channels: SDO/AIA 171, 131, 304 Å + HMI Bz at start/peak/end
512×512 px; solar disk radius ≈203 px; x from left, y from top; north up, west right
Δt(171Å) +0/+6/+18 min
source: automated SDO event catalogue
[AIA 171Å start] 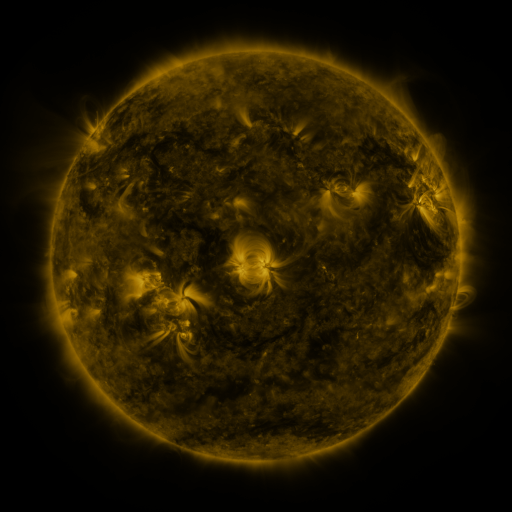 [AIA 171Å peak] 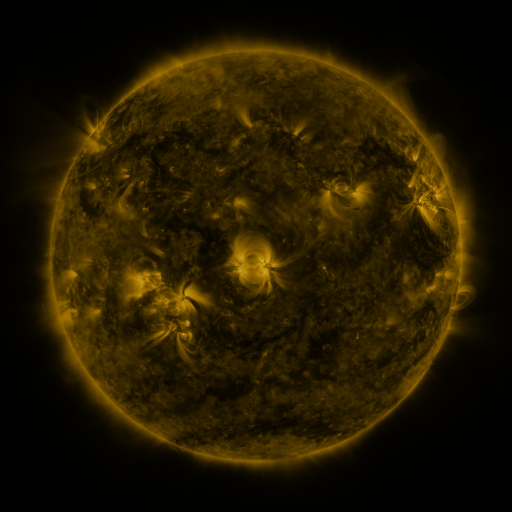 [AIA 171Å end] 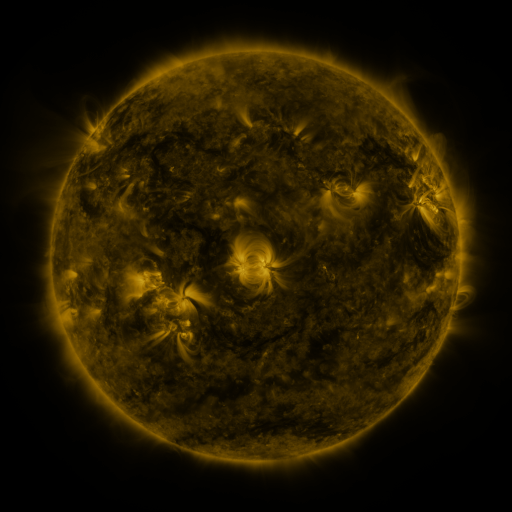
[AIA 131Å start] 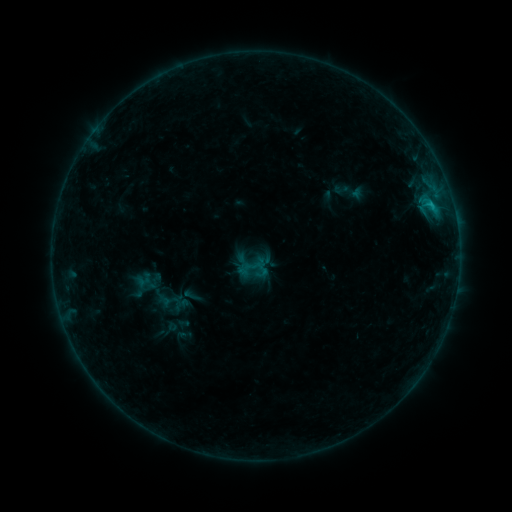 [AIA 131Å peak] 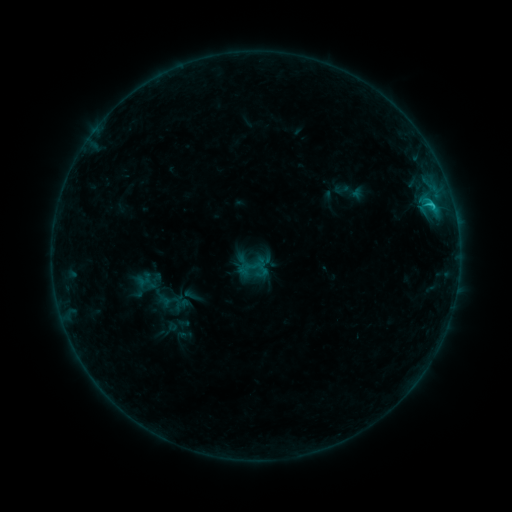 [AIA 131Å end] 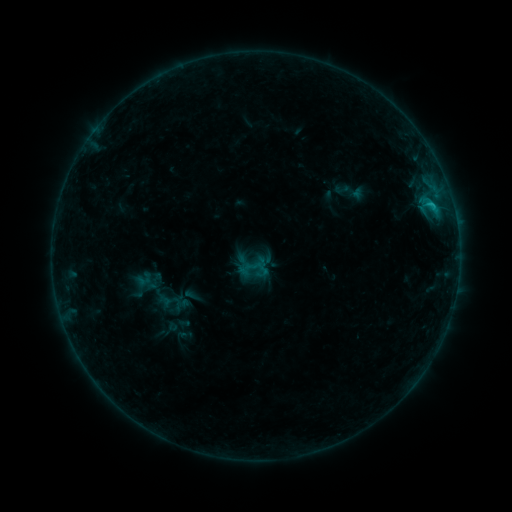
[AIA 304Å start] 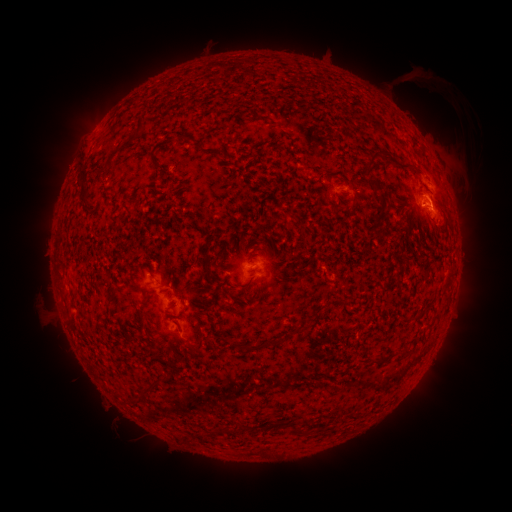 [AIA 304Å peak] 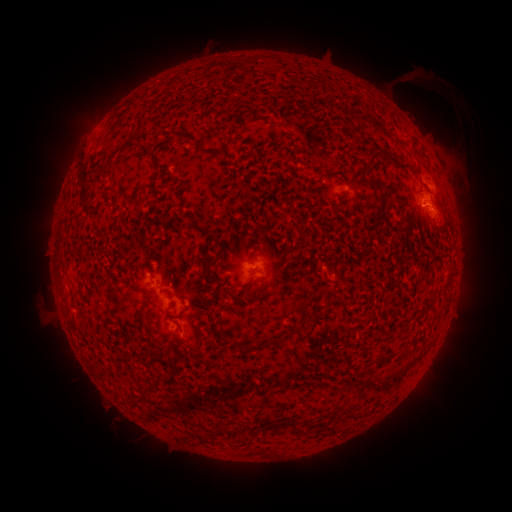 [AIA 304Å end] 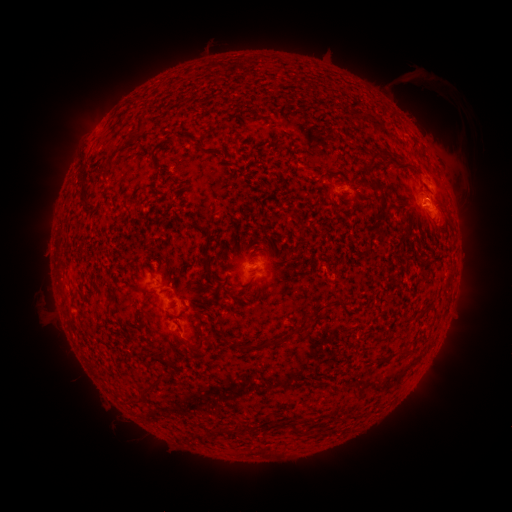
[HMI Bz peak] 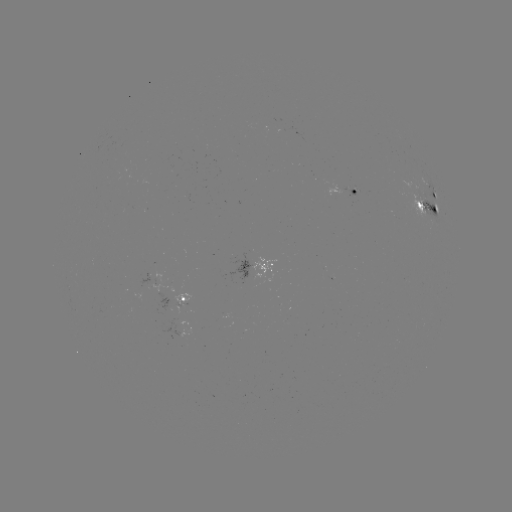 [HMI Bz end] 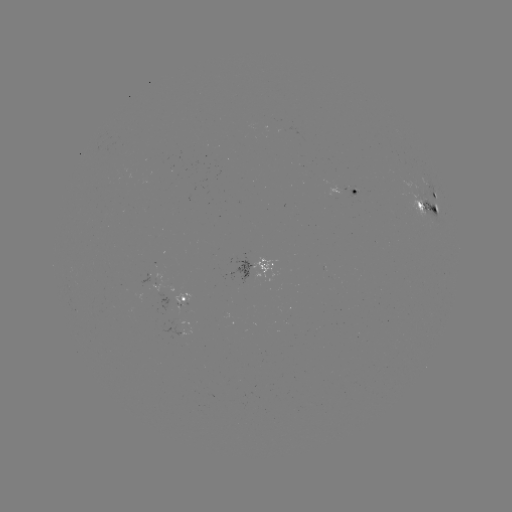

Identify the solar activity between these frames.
B9.9 flare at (430, 205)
